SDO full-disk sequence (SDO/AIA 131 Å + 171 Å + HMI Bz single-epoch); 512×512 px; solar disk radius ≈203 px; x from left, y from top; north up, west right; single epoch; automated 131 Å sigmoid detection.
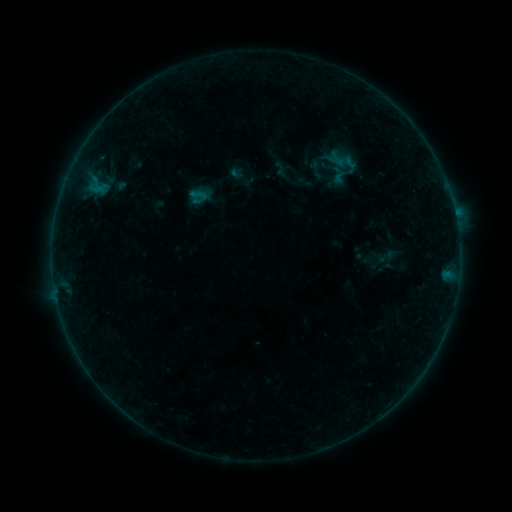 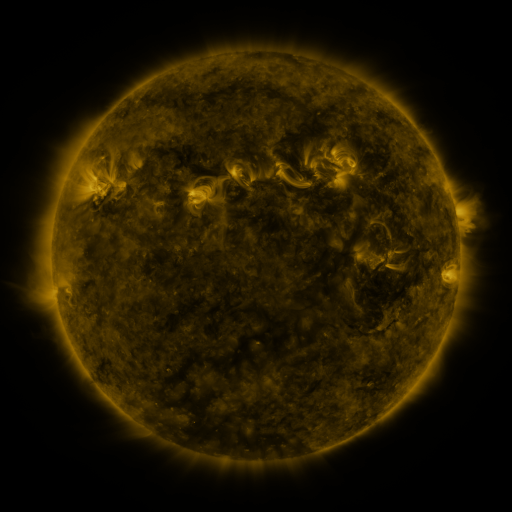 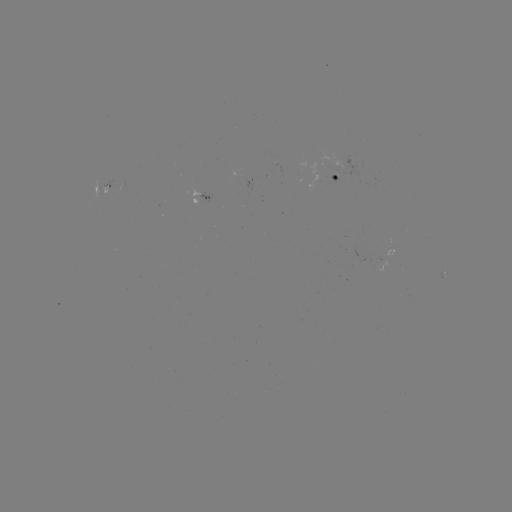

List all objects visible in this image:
sigmoid: (197, 195)
sigmoid: (381, 264)
